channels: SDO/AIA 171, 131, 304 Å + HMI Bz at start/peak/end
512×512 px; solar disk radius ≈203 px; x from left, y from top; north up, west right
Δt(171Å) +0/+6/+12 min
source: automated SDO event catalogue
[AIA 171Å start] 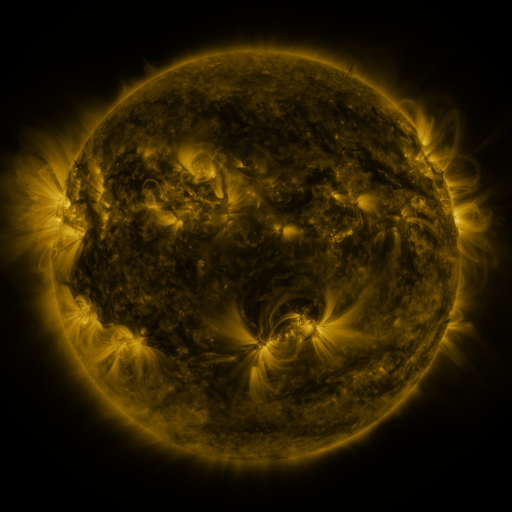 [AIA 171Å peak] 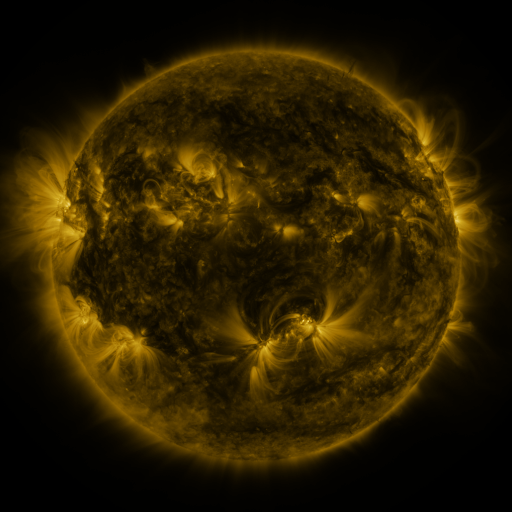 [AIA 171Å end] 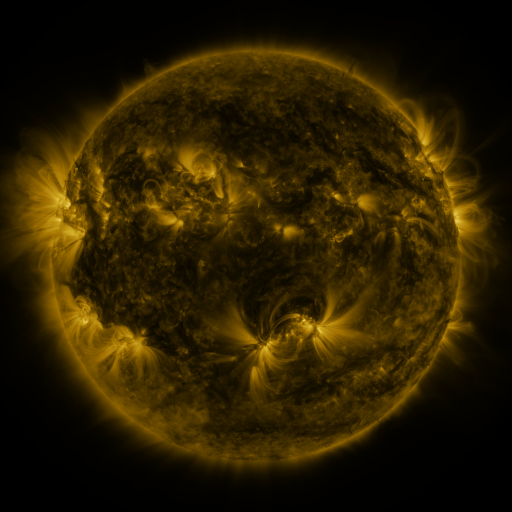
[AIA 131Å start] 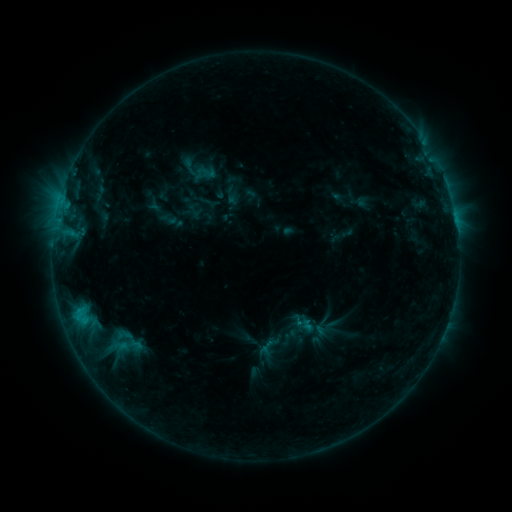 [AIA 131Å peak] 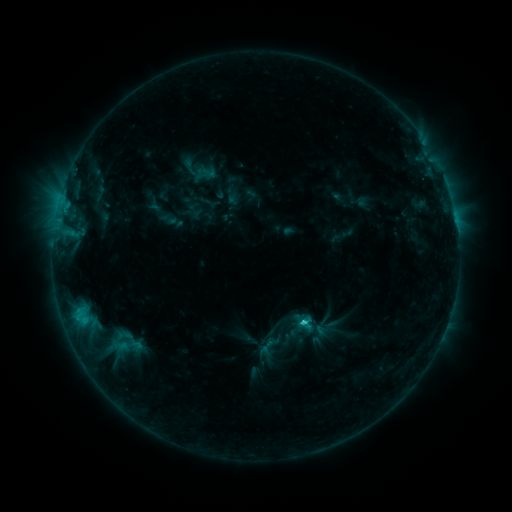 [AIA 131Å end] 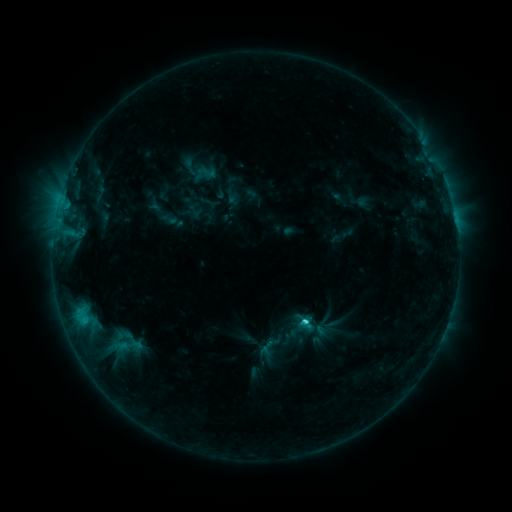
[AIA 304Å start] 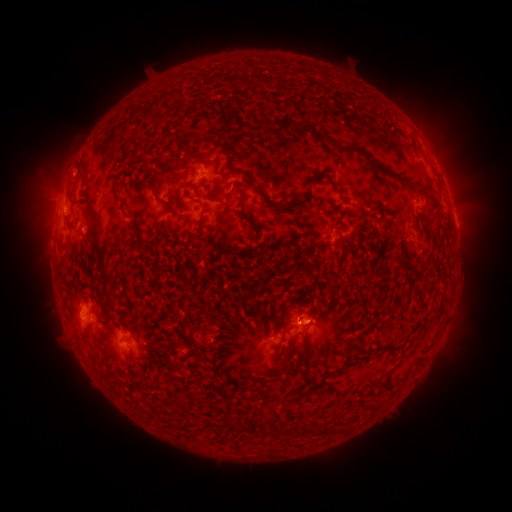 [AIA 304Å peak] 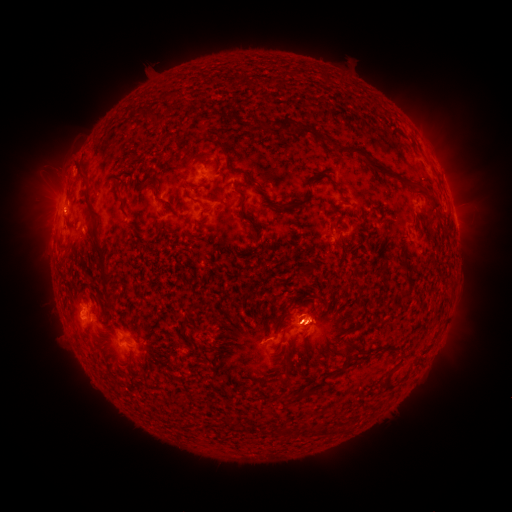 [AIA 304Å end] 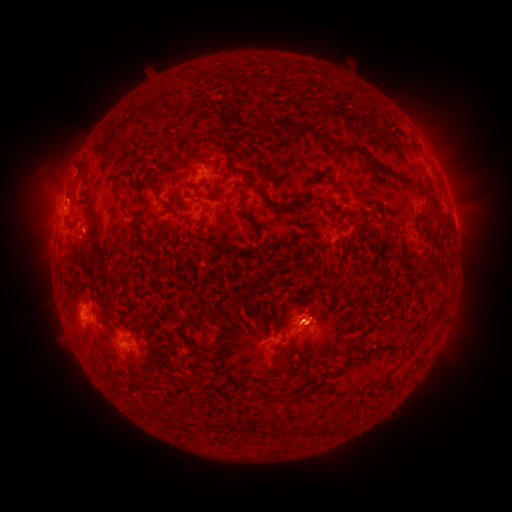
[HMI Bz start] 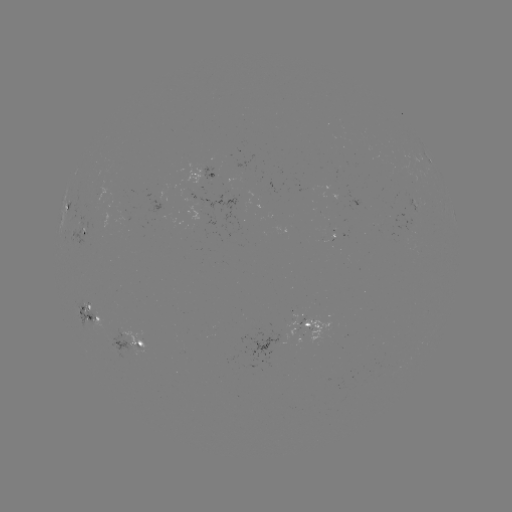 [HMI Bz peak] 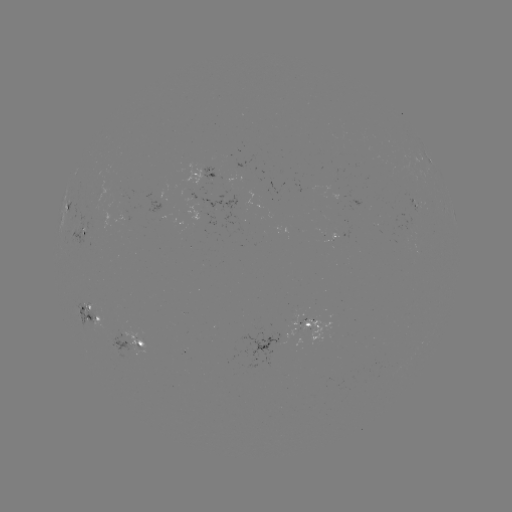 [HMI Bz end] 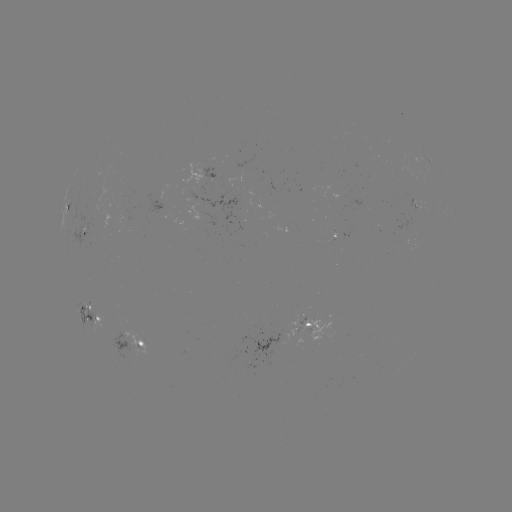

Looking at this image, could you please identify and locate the eruption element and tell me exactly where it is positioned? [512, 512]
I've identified eruption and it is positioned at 315,323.